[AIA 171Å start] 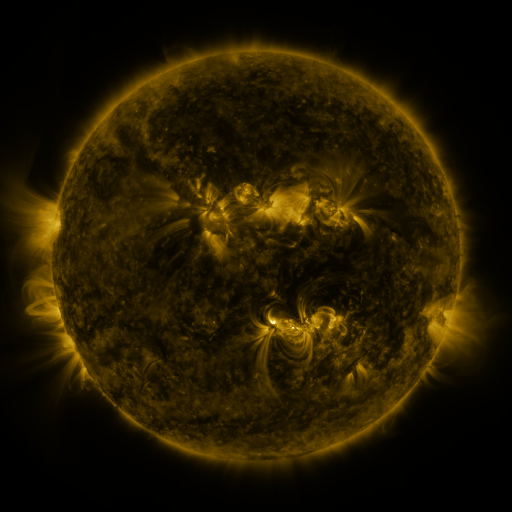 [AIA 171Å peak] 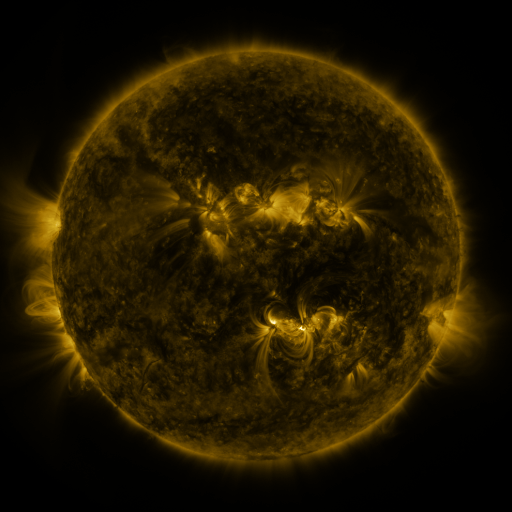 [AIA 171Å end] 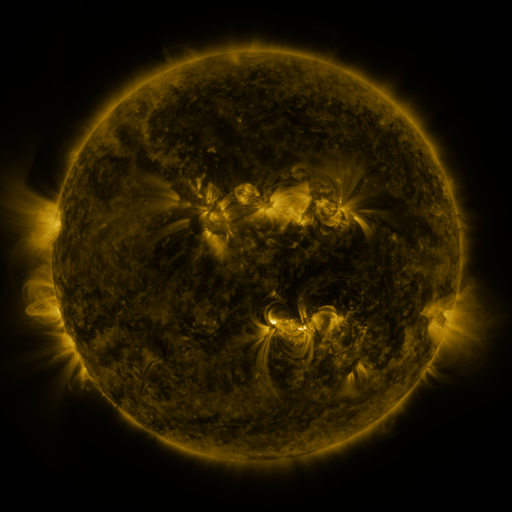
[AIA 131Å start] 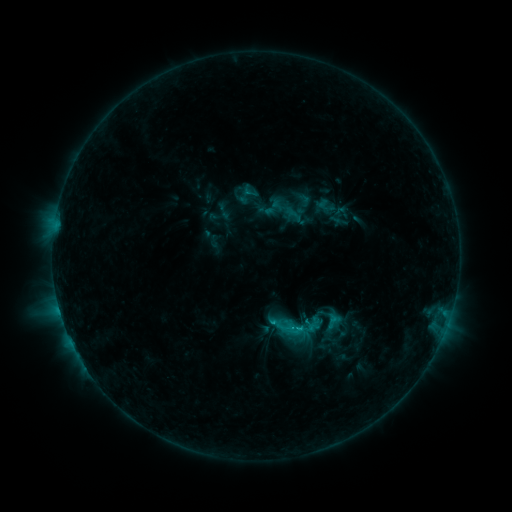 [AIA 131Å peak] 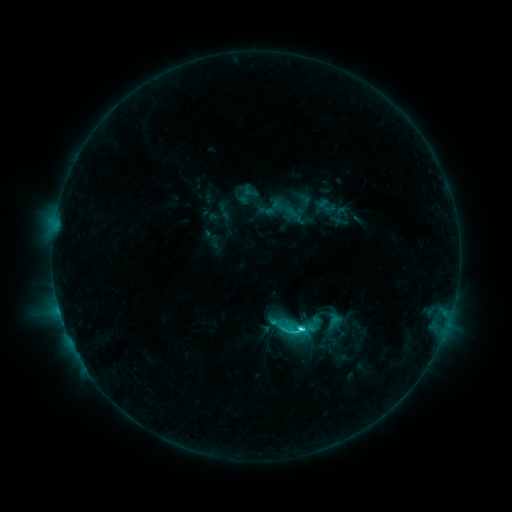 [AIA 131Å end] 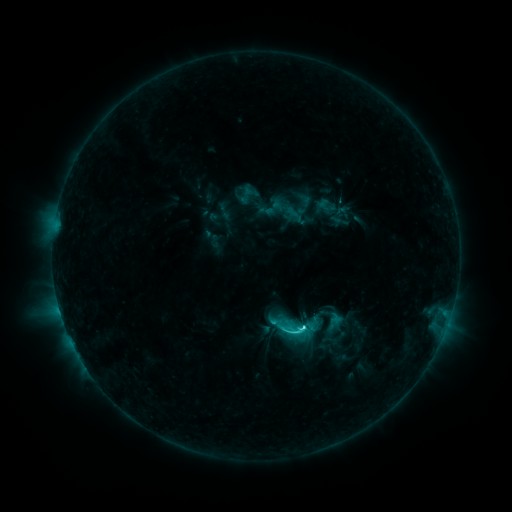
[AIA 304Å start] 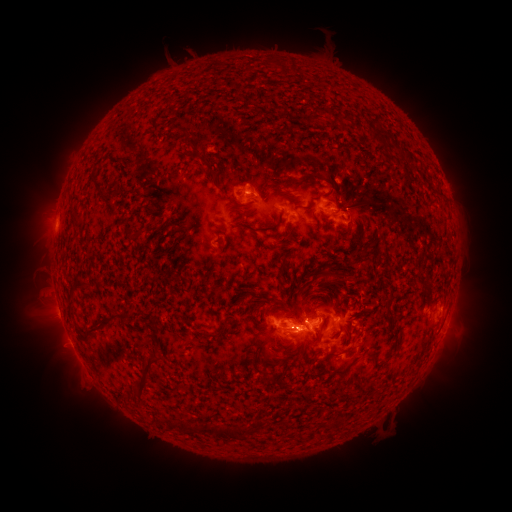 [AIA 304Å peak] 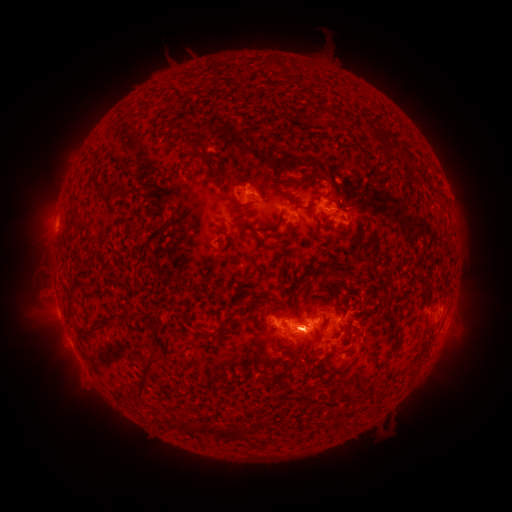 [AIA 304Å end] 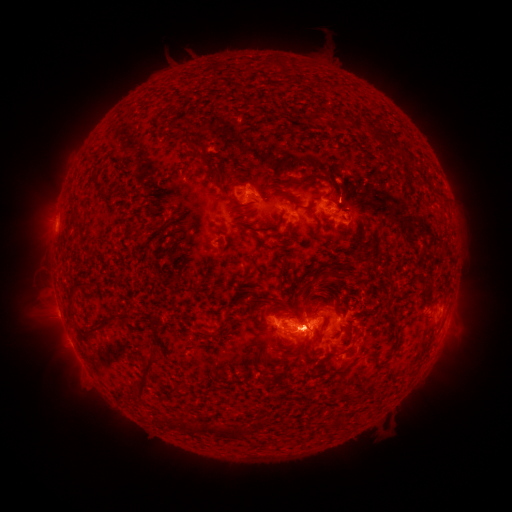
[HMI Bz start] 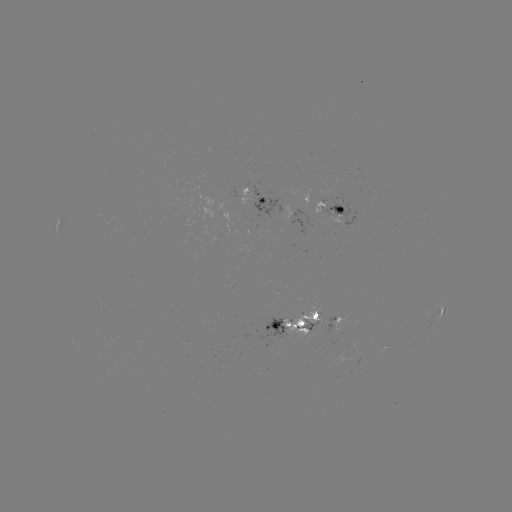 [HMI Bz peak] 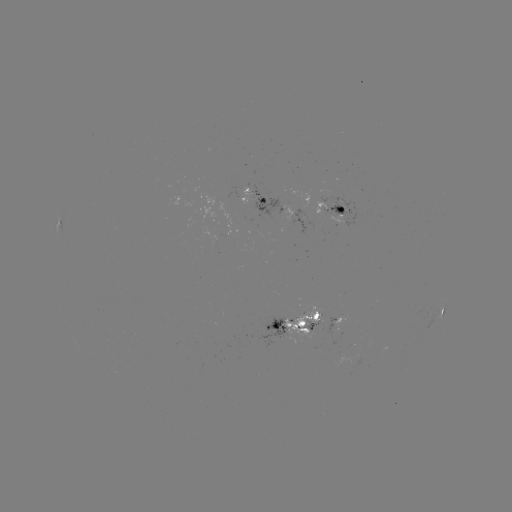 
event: flare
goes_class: C5.1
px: (299, 326)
